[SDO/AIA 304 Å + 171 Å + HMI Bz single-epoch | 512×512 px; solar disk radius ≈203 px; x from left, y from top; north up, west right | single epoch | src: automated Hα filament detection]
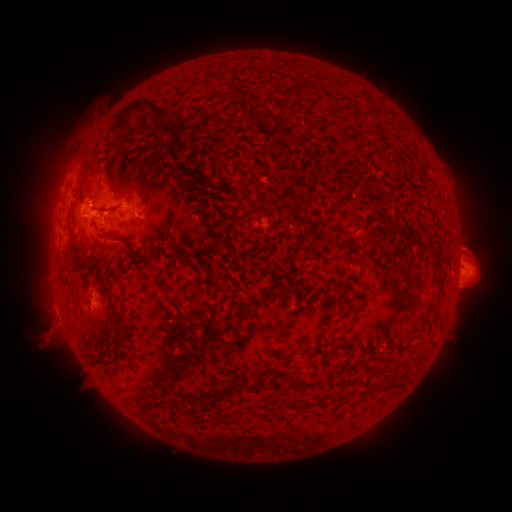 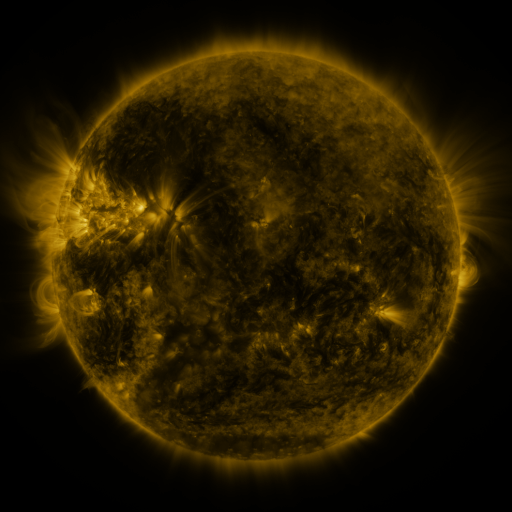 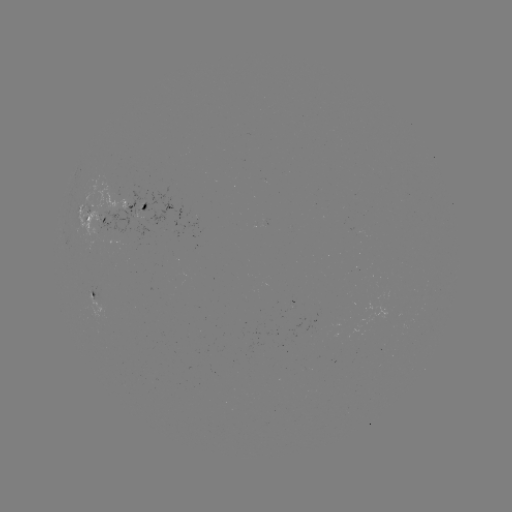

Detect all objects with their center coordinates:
filament: (138, 104)
filament: (268, 117)
filament: (207, 124)
filament: (296, 140)
filament: (326, 175)
filament: (119, 189)
filament: (144, 206)
filament: (105, 235)
filament: (233, 250)
filament: (162, 281)
filament: (439, 286)
filament: (262, 300)
filament: (114, 306)
filament: (241, 309)
filament: (343, 348)
filament: (305, 384)
filament: (216, 393)
